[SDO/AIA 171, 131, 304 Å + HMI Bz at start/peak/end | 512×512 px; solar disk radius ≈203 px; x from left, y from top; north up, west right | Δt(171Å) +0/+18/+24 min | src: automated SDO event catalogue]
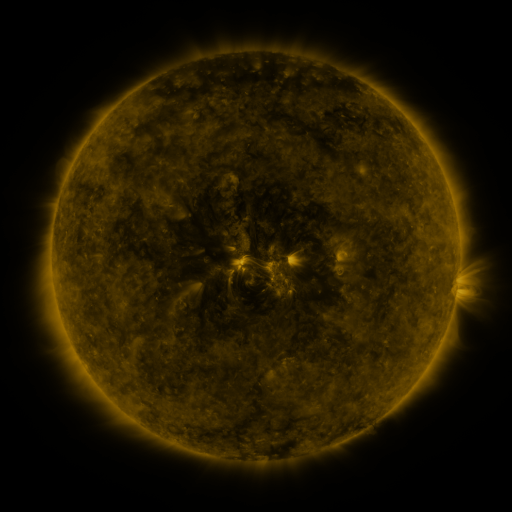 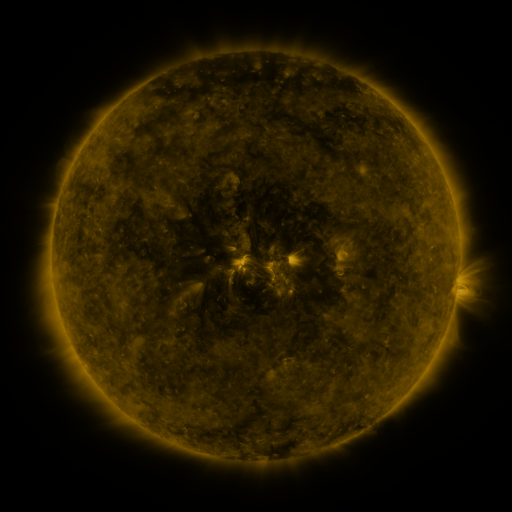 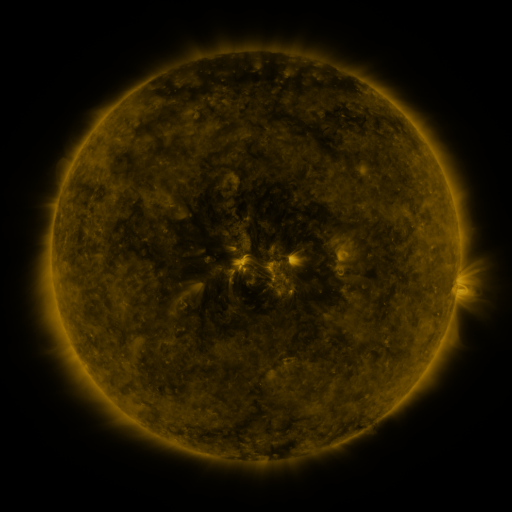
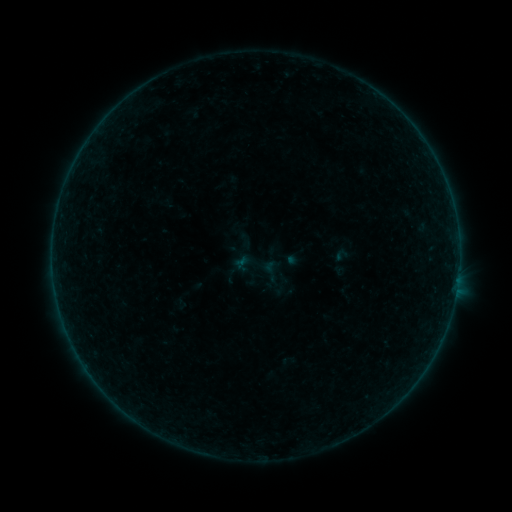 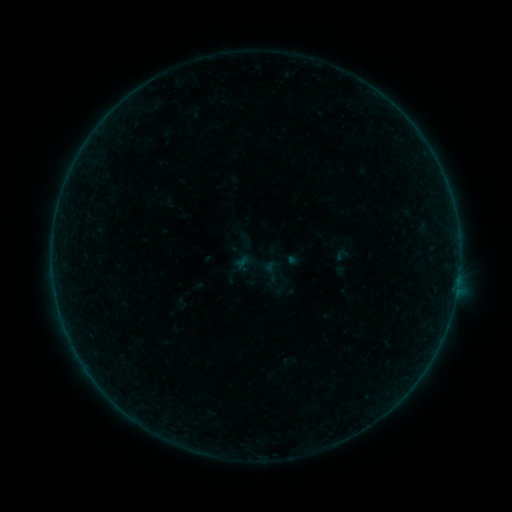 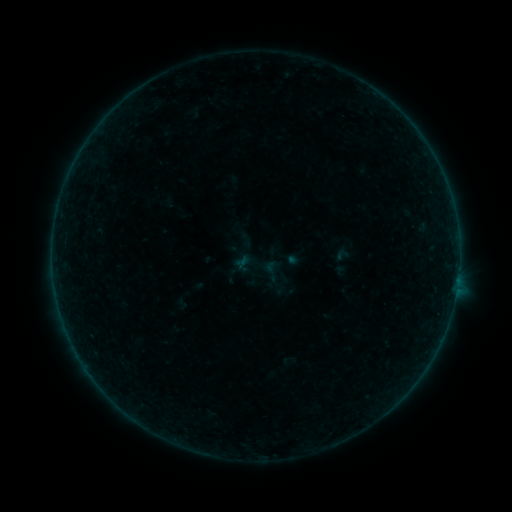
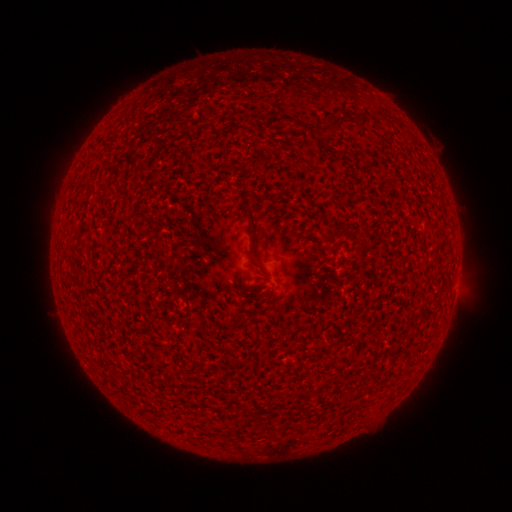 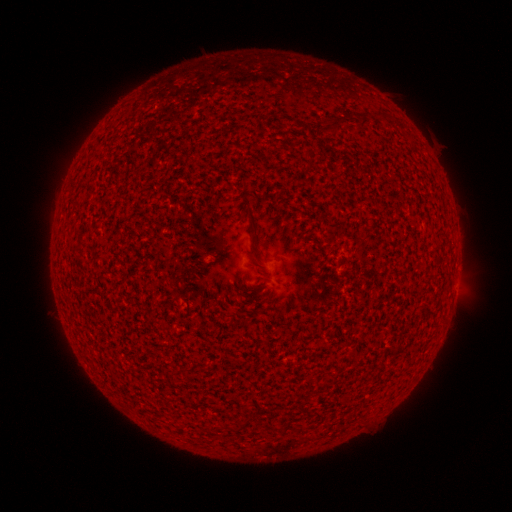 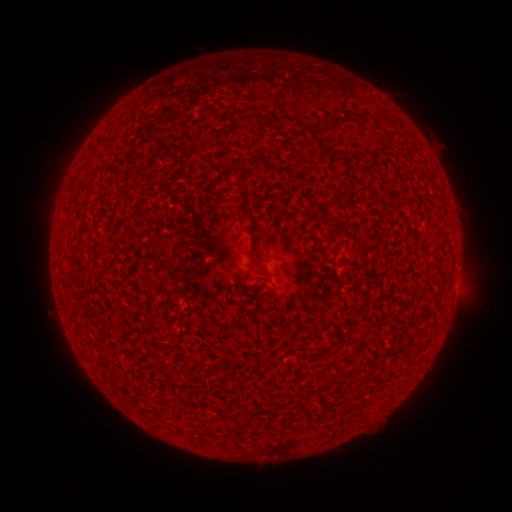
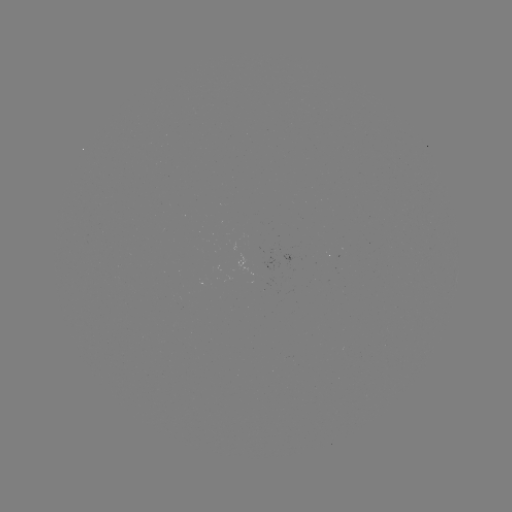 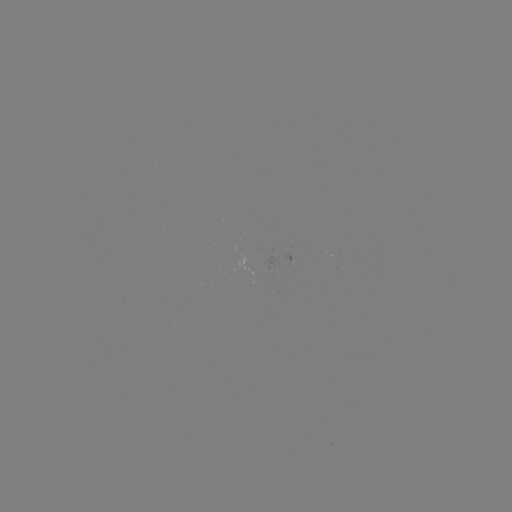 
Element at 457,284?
A2.0 flare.